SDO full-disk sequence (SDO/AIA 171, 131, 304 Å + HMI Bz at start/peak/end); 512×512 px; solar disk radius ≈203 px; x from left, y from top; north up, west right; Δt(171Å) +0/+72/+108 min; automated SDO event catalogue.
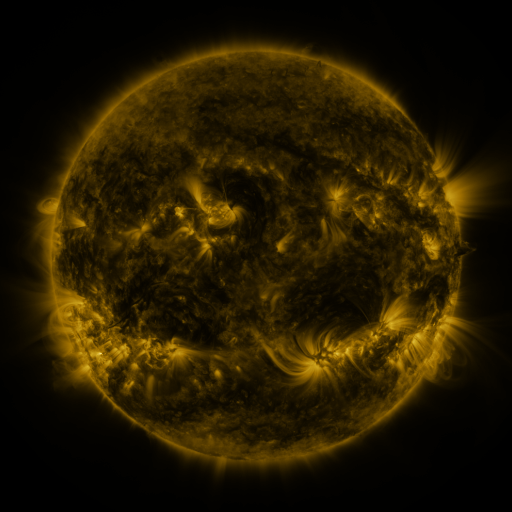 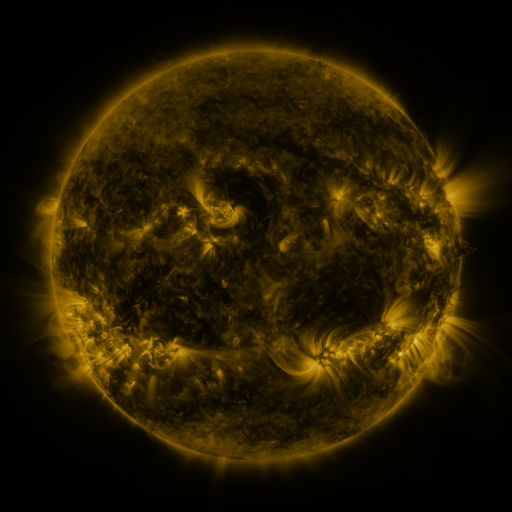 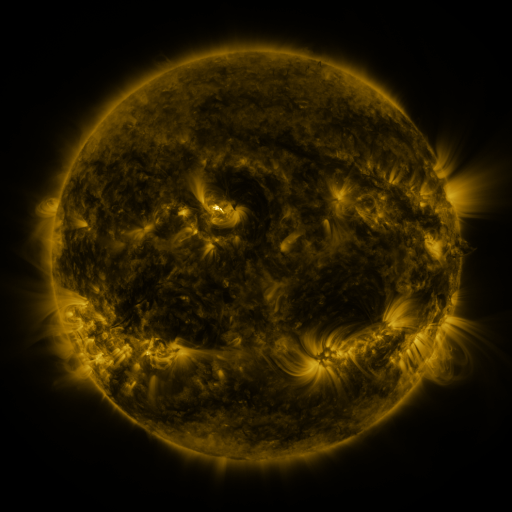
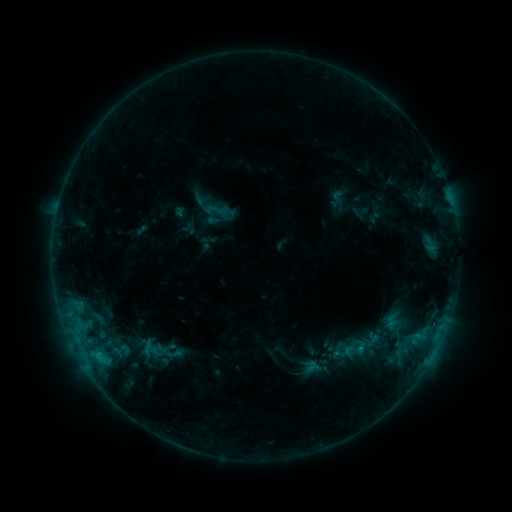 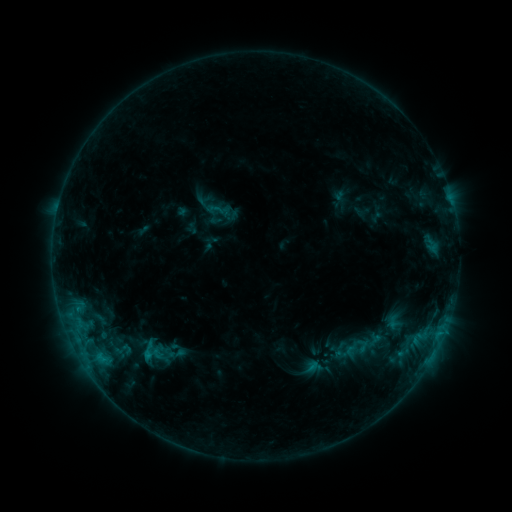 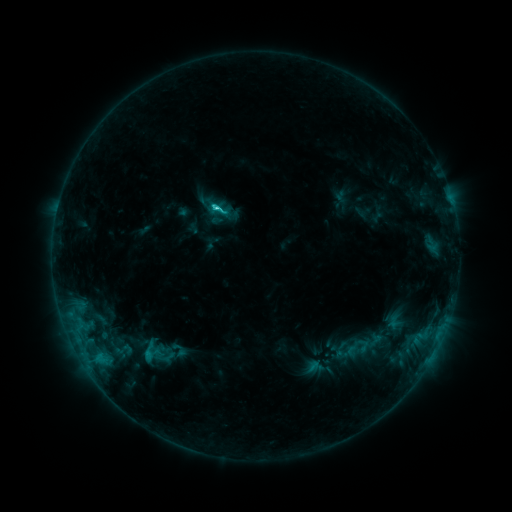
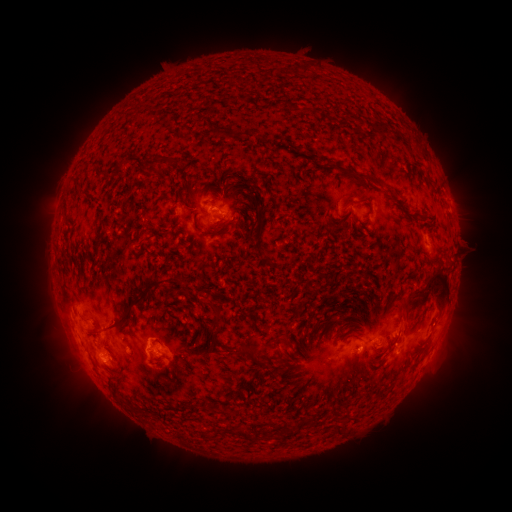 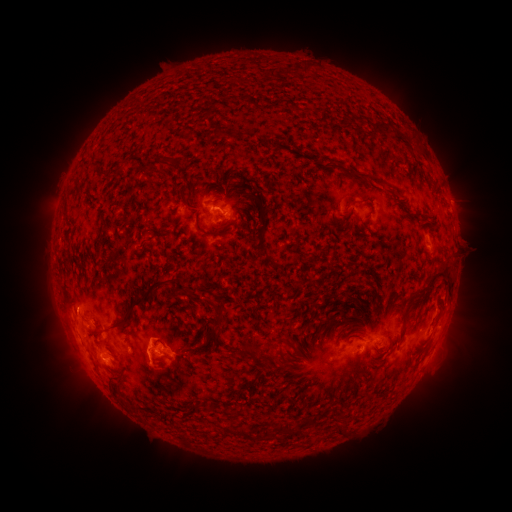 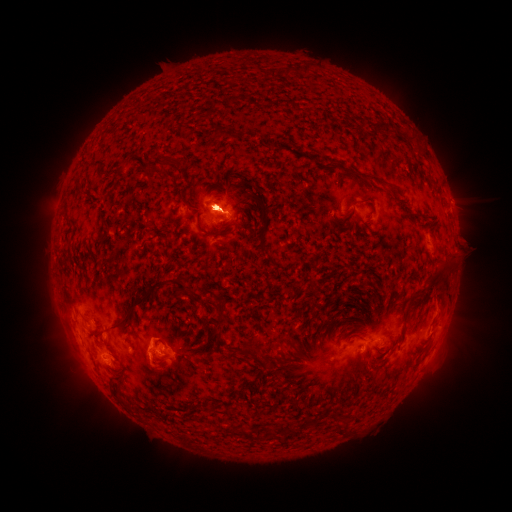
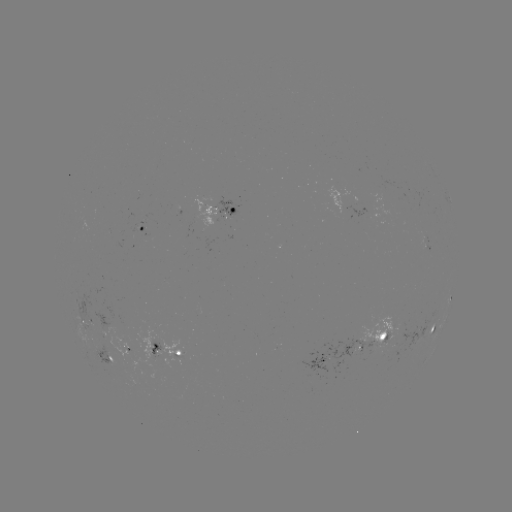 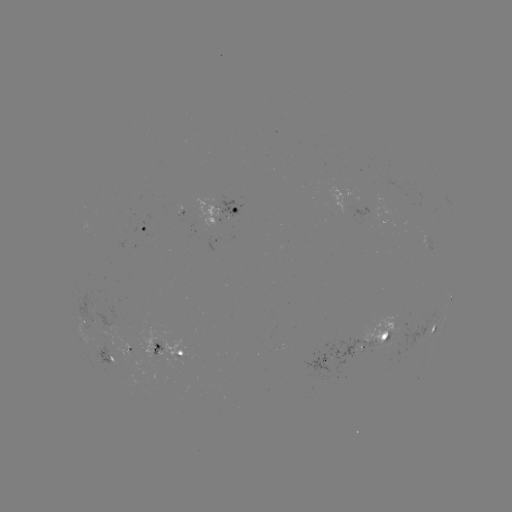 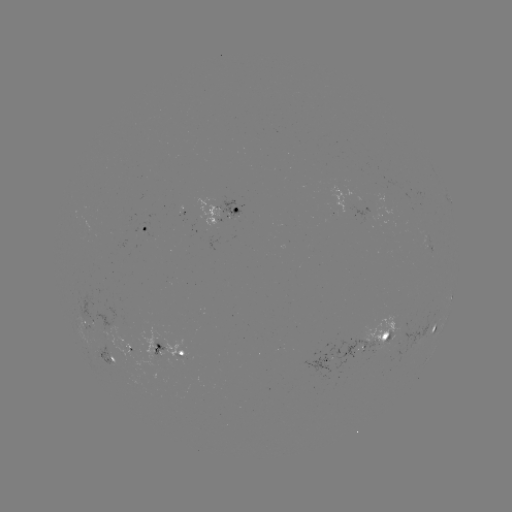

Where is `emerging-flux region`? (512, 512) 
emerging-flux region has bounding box [116, 315, 131, 330].